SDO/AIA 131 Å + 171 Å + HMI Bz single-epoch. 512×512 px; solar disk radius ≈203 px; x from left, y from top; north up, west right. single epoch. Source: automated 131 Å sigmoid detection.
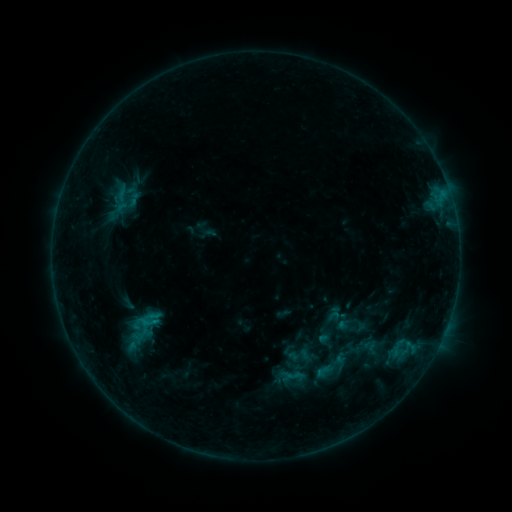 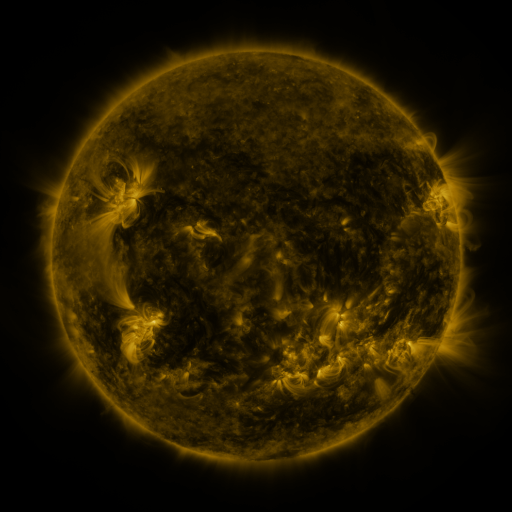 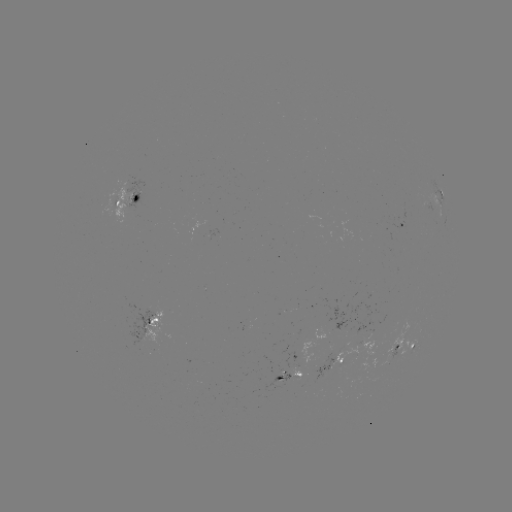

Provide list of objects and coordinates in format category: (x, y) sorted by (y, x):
sigmoid: (298, 355)
sigmoid: (332, 366)
sigmoid: (294, 375)
